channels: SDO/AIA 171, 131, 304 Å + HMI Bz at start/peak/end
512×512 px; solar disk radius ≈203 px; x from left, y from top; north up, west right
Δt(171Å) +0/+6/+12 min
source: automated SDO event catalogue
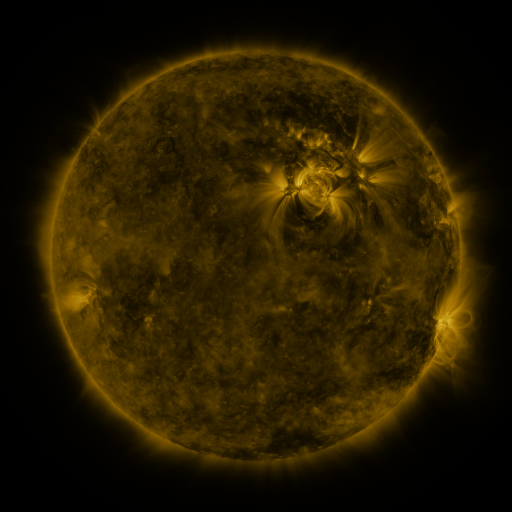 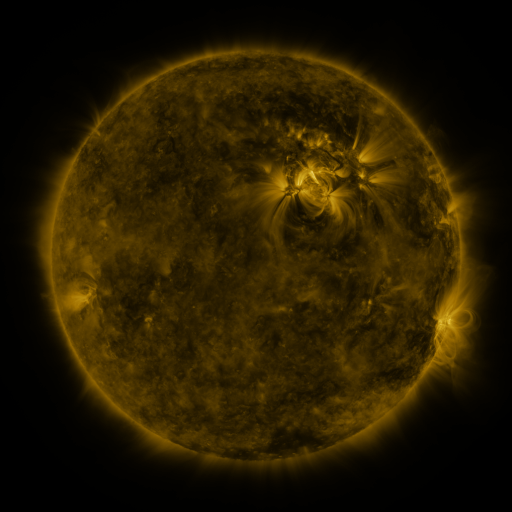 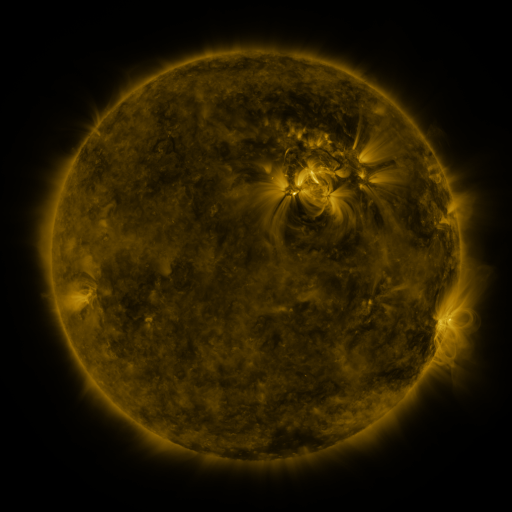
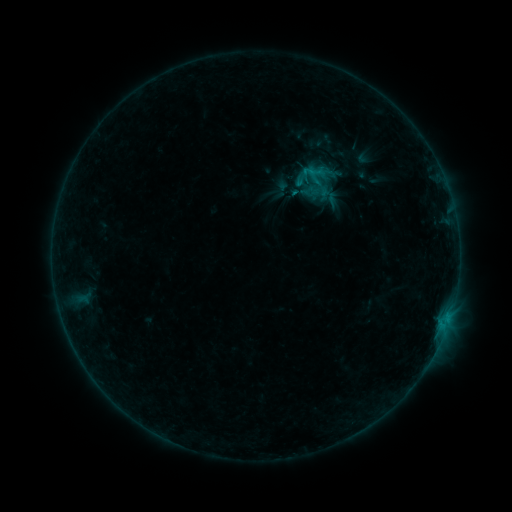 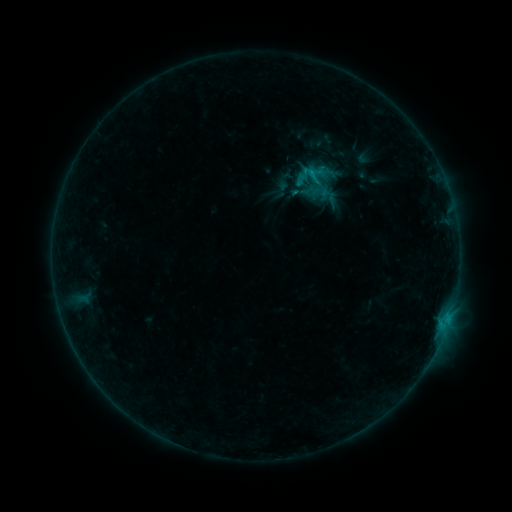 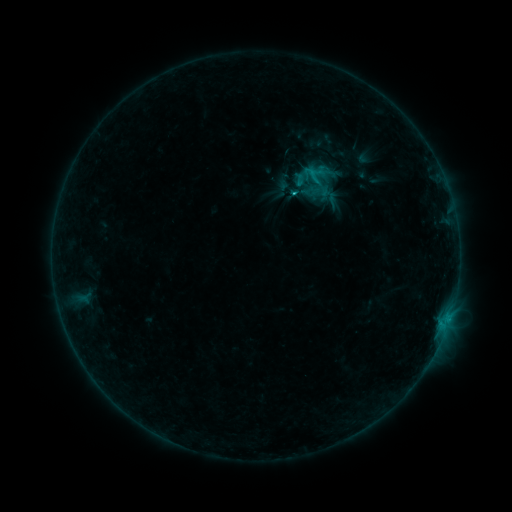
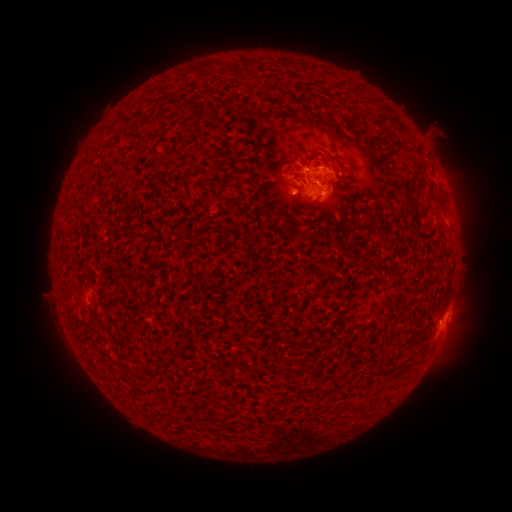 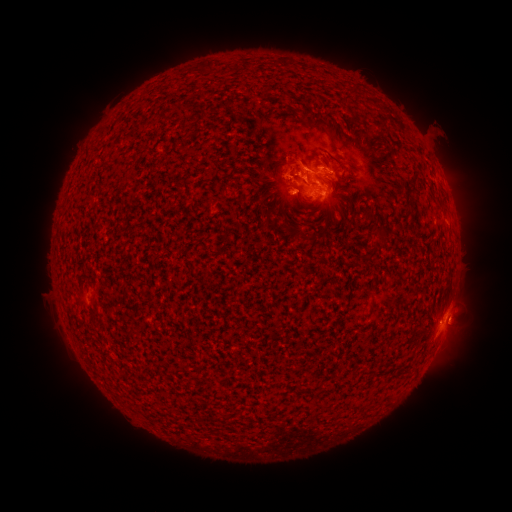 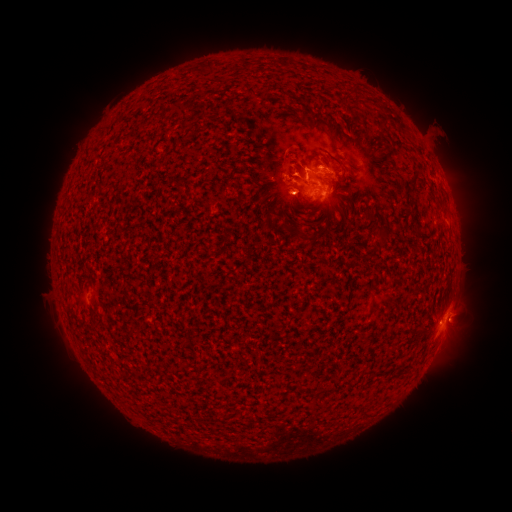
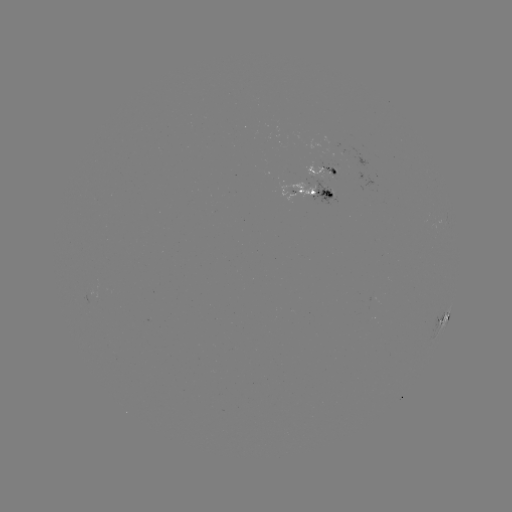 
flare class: C1.7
